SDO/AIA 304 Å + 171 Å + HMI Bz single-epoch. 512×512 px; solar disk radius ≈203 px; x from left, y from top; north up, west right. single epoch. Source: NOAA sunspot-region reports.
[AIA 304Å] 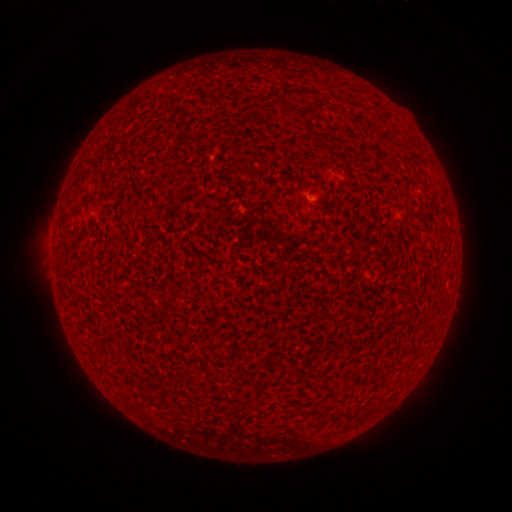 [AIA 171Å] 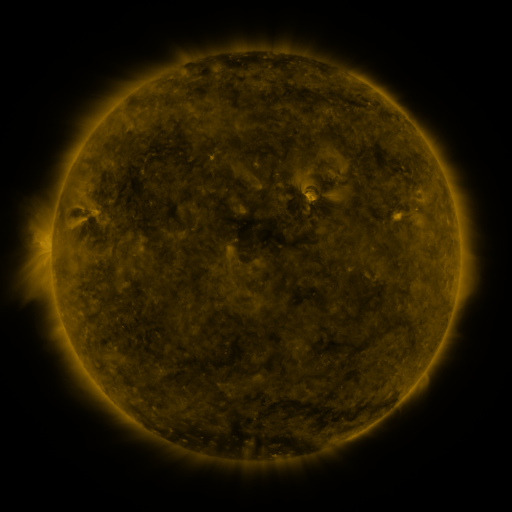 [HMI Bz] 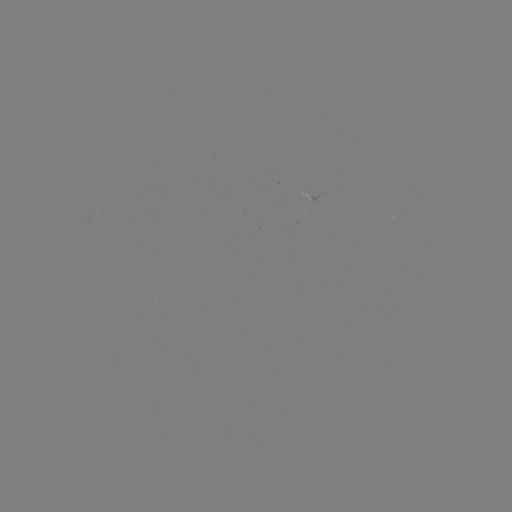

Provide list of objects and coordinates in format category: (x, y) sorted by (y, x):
(none)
